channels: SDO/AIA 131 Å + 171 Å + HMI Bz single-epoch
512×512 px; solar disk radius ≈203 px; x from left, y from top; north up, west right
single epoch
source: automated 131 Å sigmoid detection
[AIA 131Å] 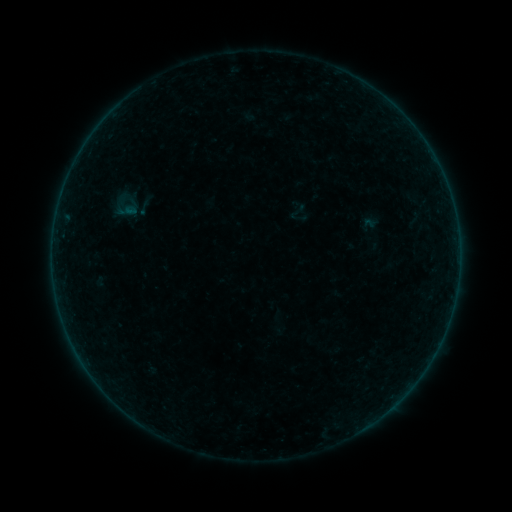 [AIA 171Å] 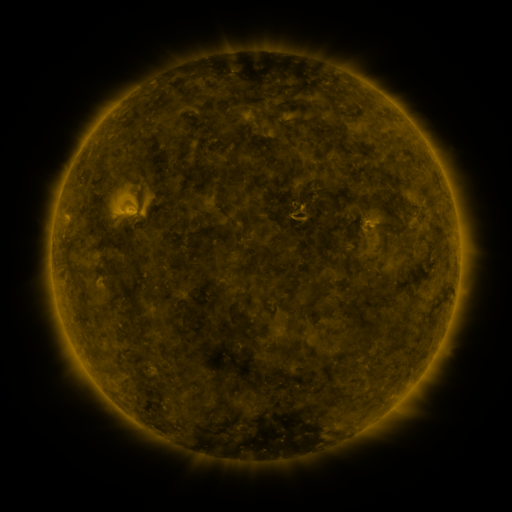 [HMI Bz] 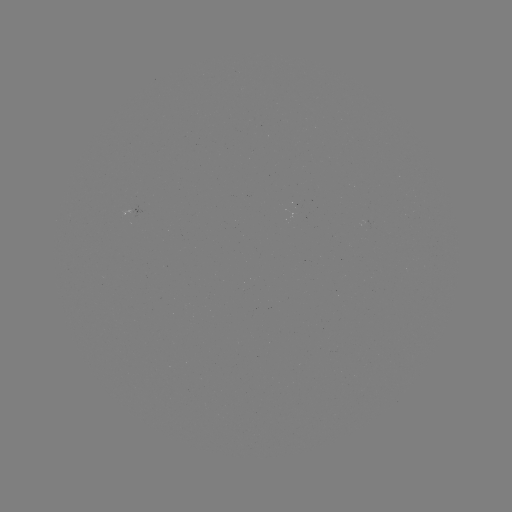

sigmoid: <bbox>134, 198, 153, 217</bbox>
